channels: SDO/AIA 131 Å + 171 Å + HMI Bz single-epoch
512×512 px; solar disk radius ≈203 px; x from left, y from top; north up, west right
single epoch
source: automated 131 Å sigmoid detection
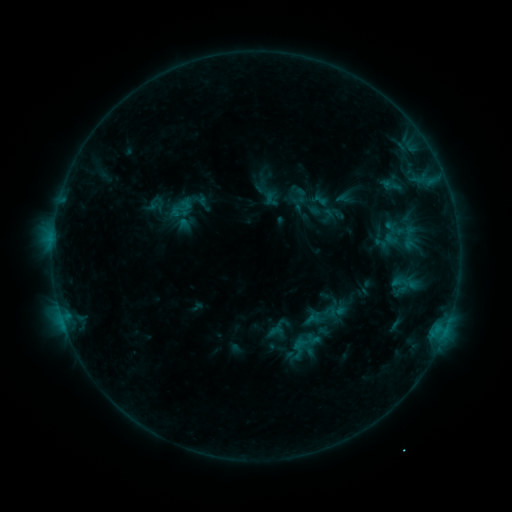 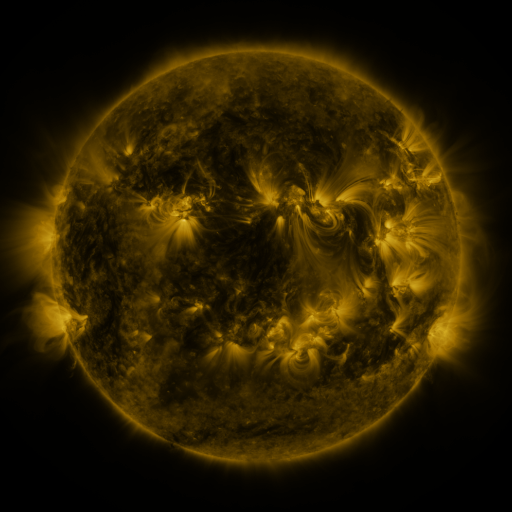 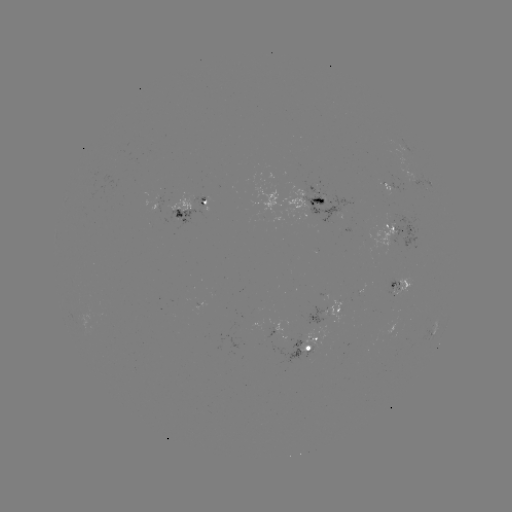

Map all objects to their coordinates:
sigmoid: (301, 195)
sigmoid: (180, 209)
